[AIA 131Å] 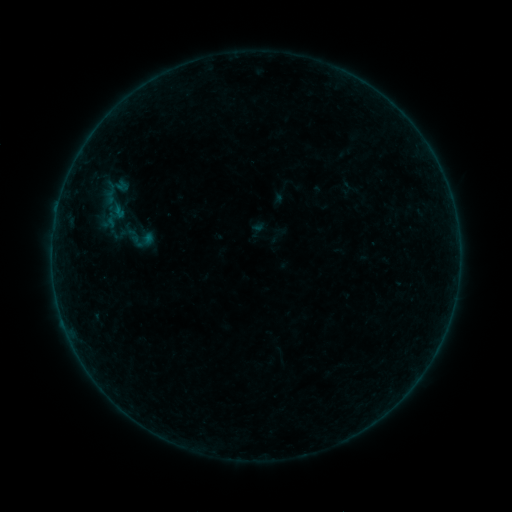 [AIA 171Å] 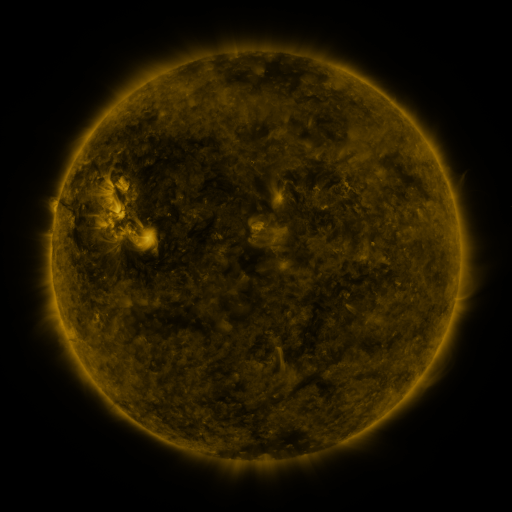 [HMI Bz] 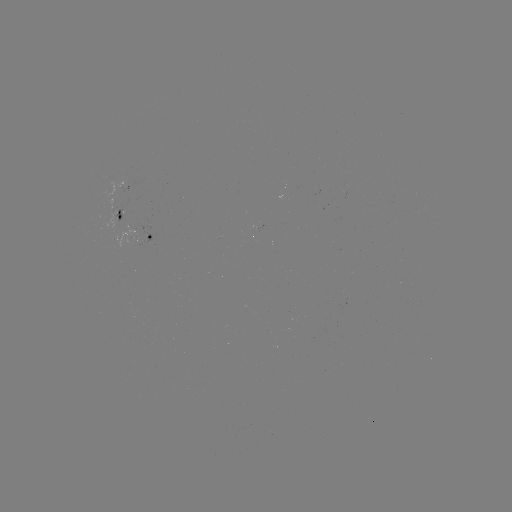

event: sigmoid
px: (139, 238)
